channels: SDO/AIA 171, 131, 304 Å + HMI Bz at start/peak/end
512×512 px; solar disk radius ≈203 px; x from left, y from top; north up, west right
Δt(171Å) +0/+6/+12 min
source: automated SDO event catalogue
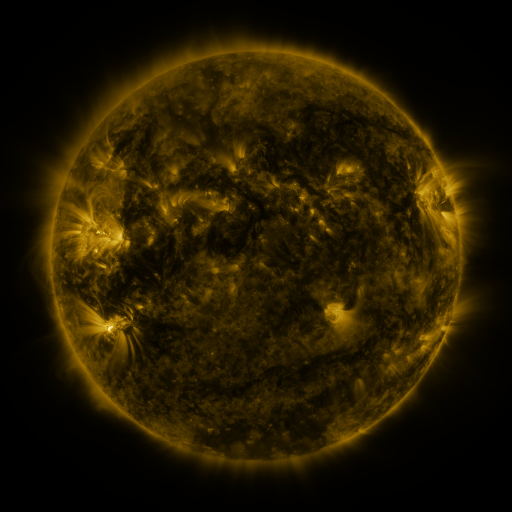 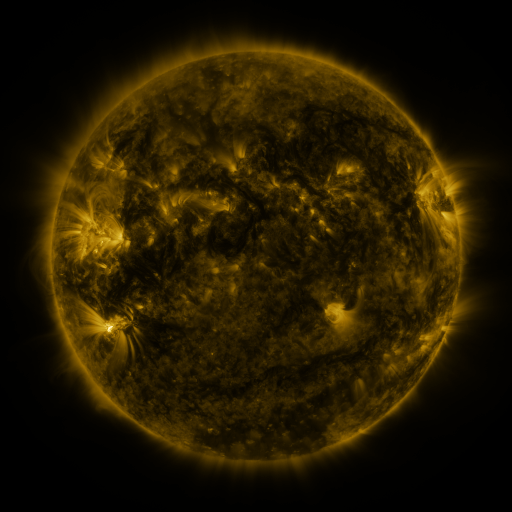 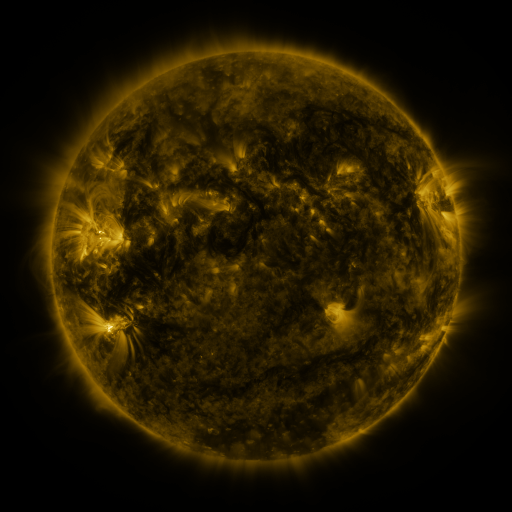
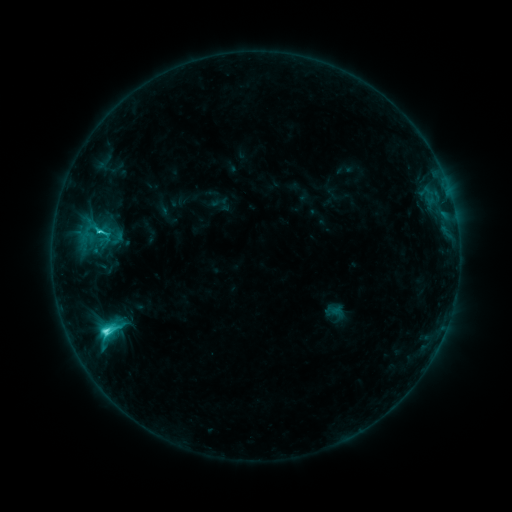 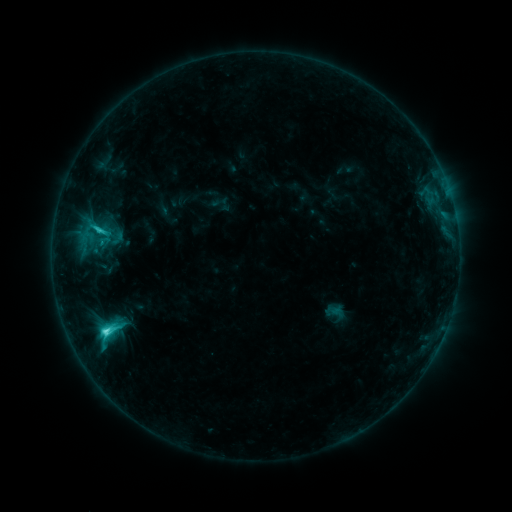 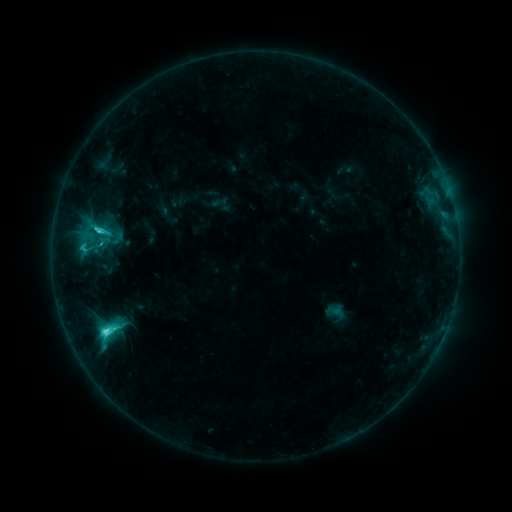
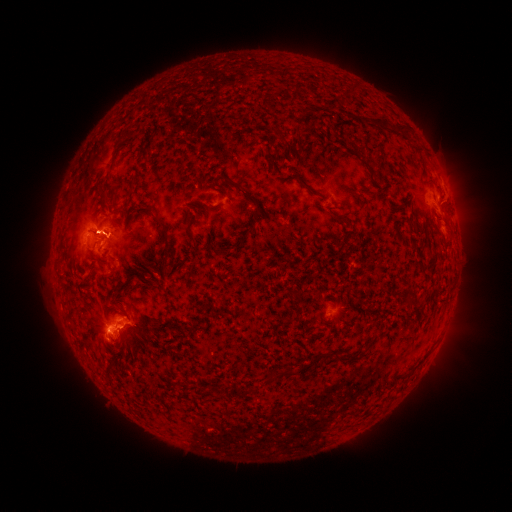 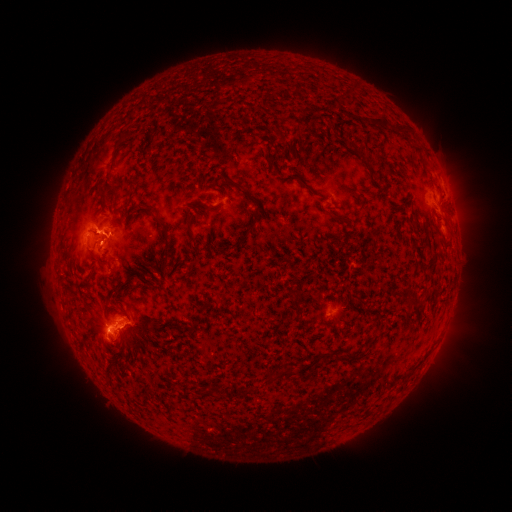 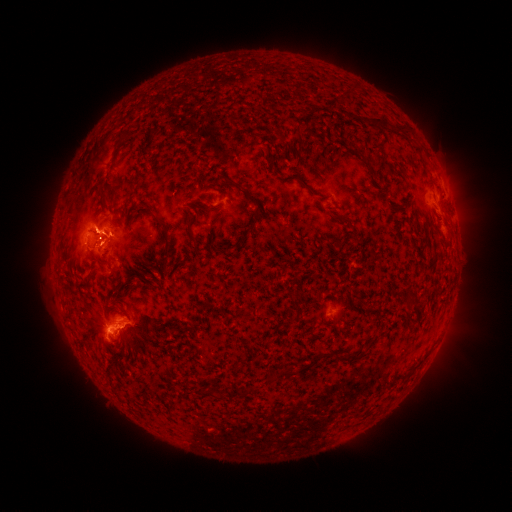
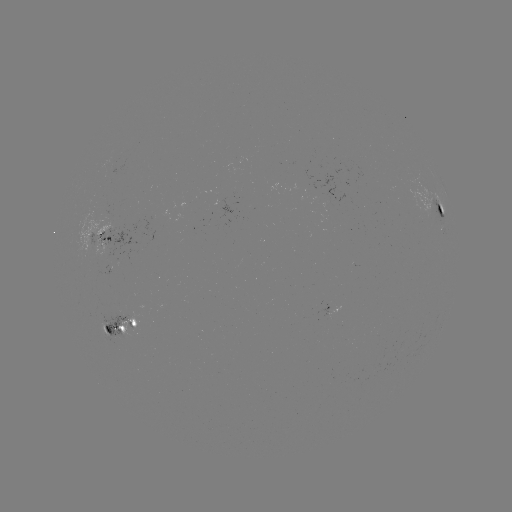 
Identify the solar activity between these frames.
eruption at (95, 256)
